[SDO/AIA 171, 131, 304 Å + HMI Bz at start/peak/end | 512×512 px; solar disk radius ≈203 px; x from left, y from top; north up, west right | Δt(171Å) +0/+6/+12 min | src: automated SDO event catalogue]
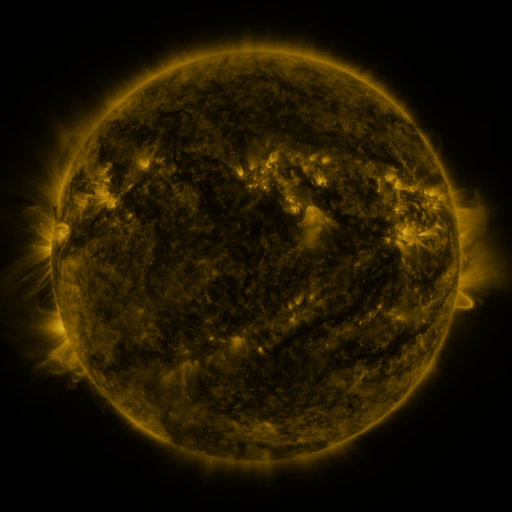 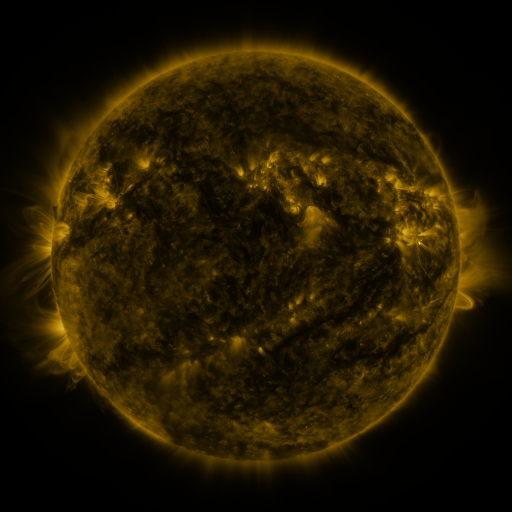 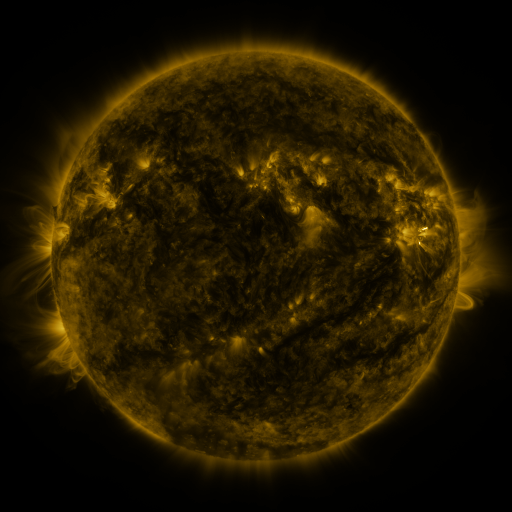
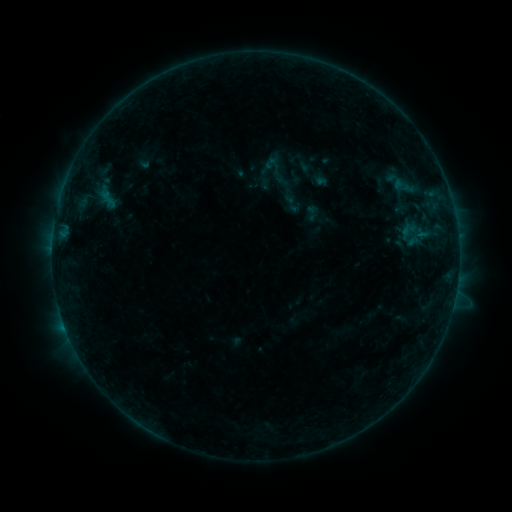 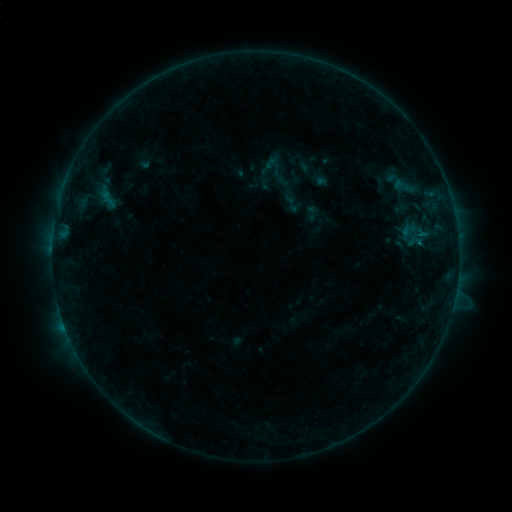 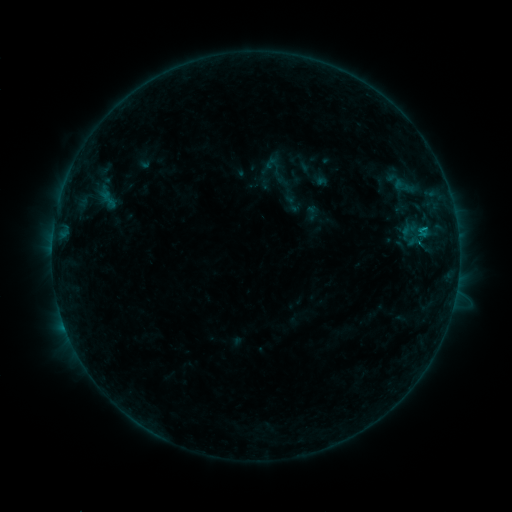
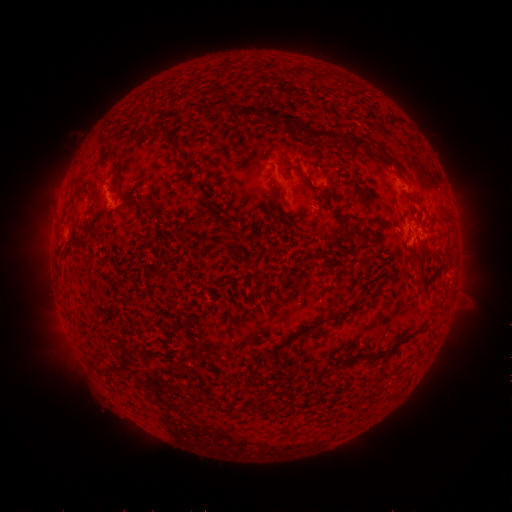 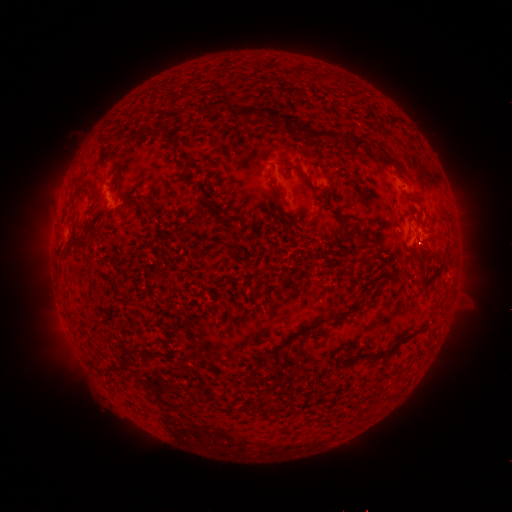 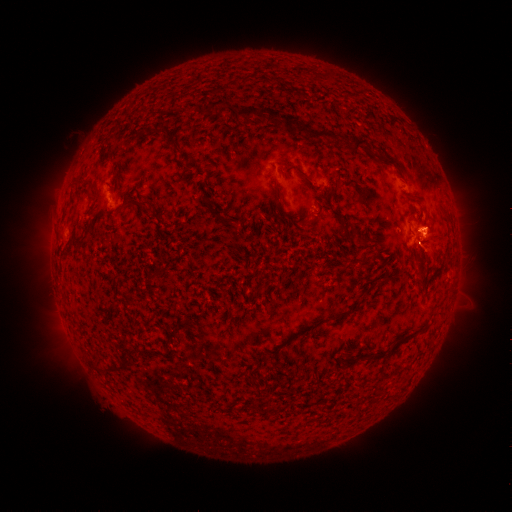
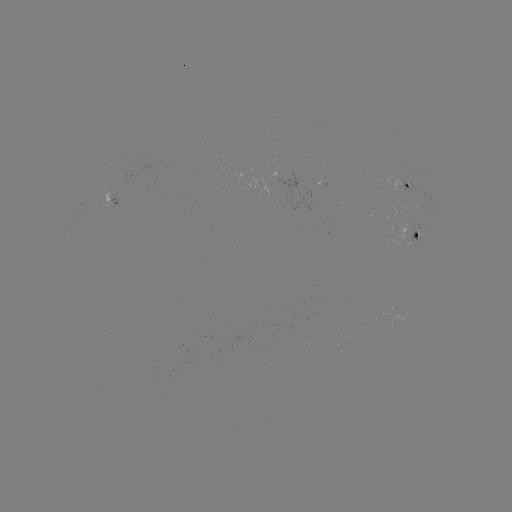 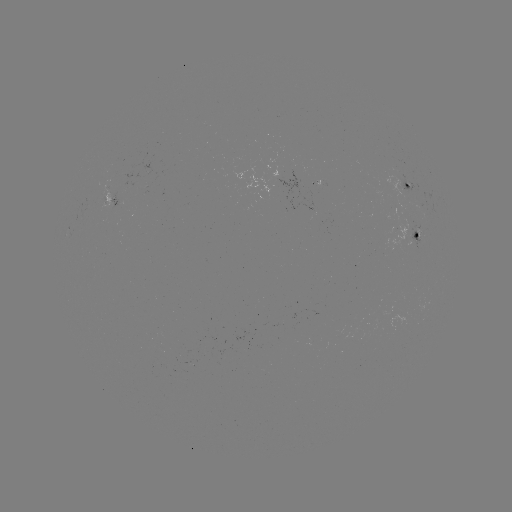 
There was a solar flare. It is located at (418, 246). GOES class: B3.2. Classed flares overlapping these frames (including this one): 1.